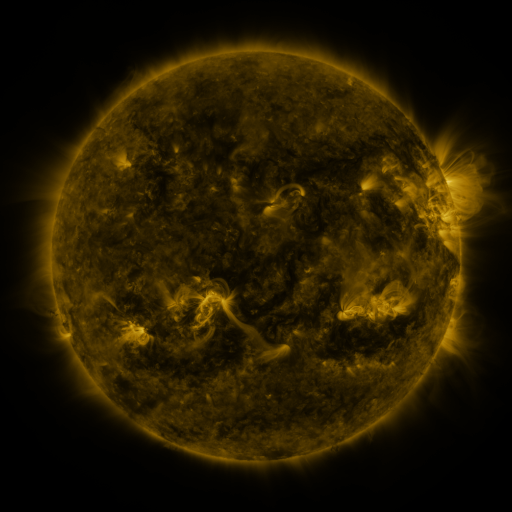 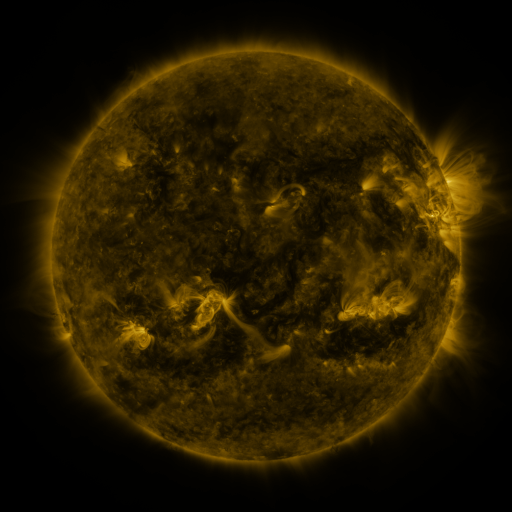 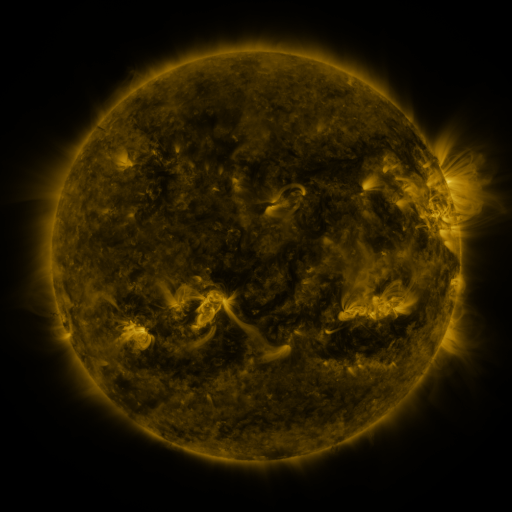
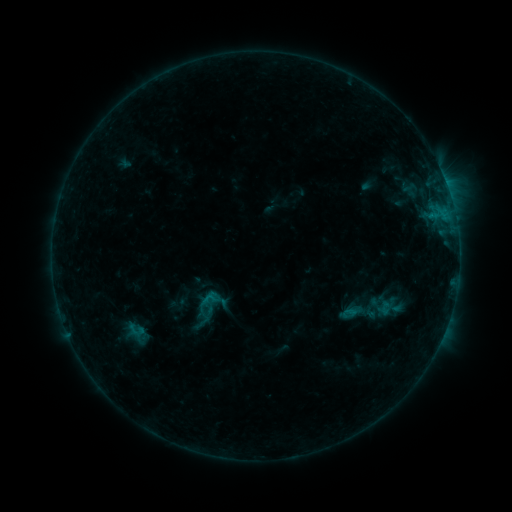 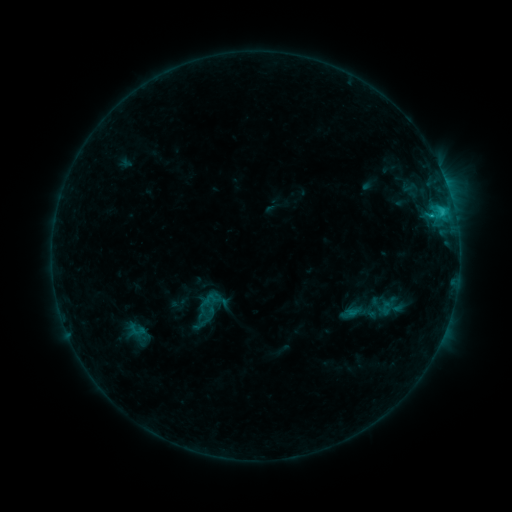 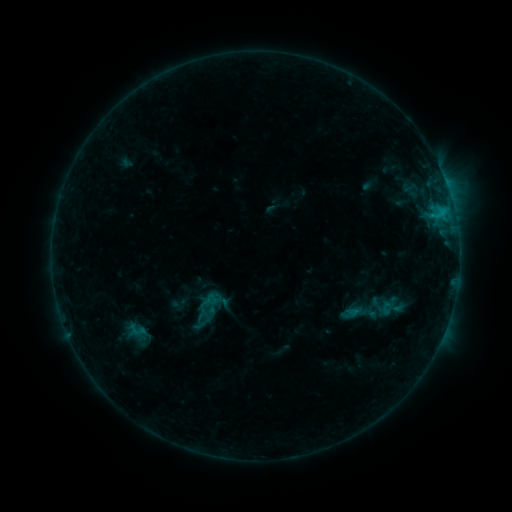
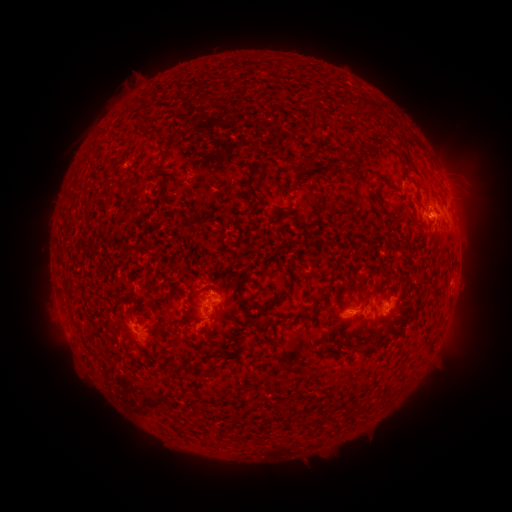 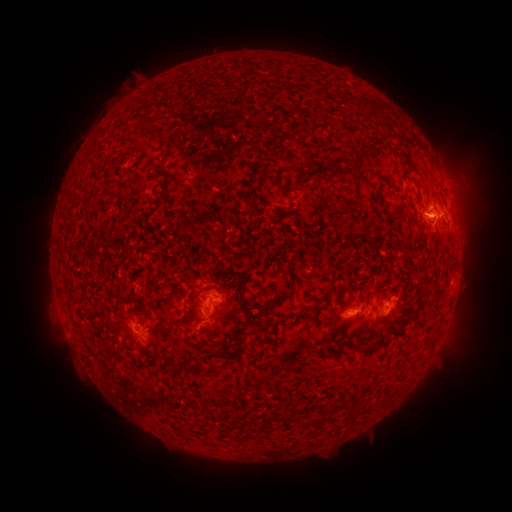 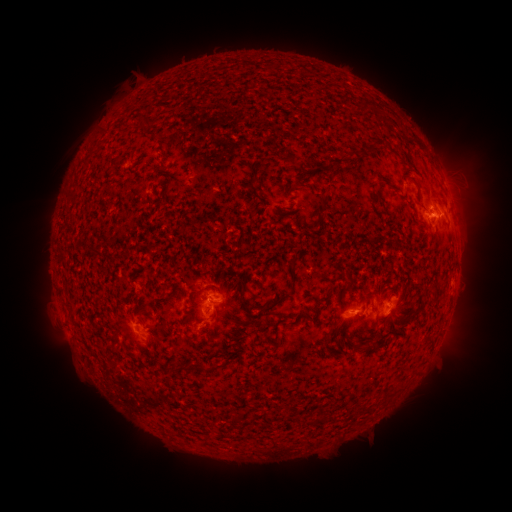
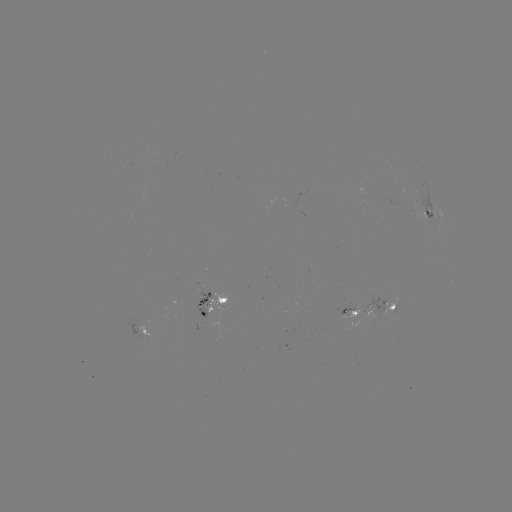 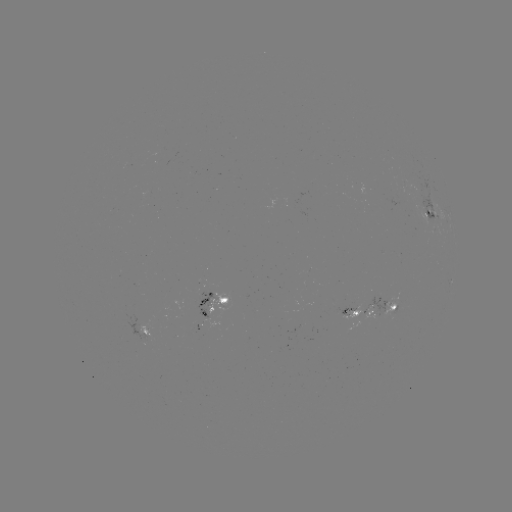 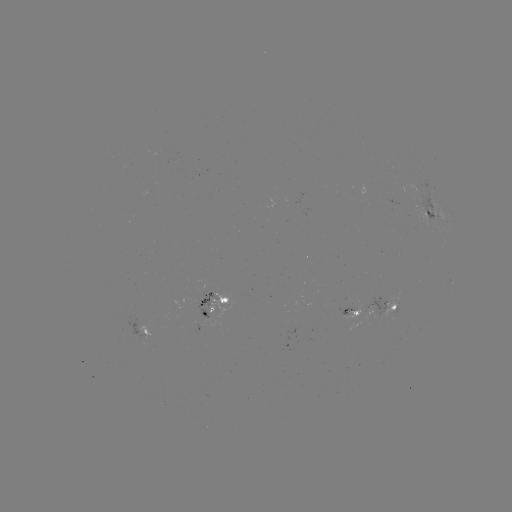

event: flare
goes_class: C1.7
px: (441, 213)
